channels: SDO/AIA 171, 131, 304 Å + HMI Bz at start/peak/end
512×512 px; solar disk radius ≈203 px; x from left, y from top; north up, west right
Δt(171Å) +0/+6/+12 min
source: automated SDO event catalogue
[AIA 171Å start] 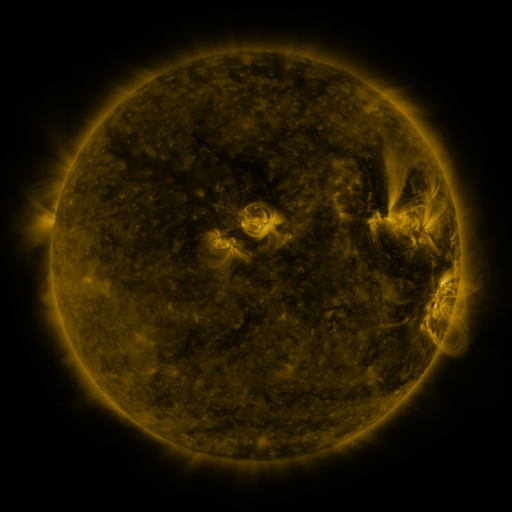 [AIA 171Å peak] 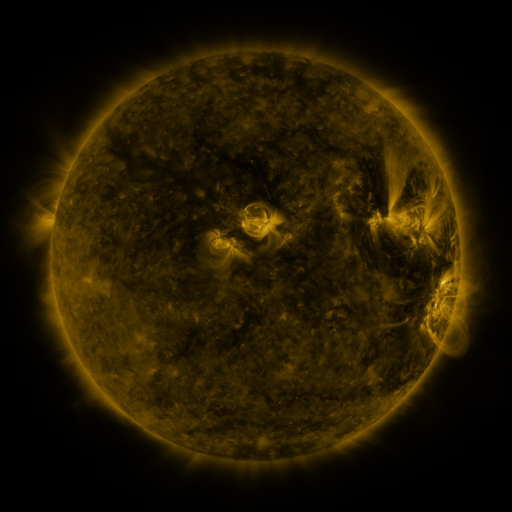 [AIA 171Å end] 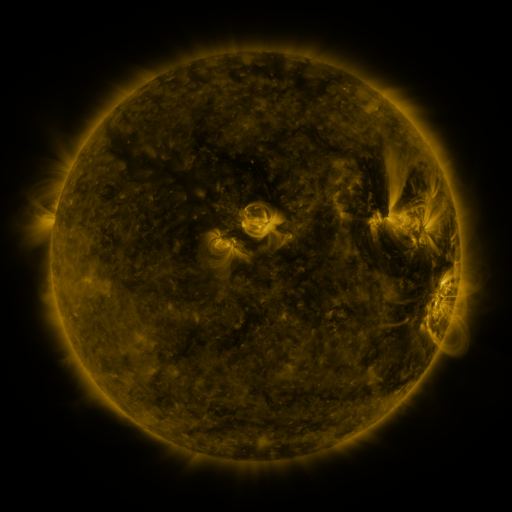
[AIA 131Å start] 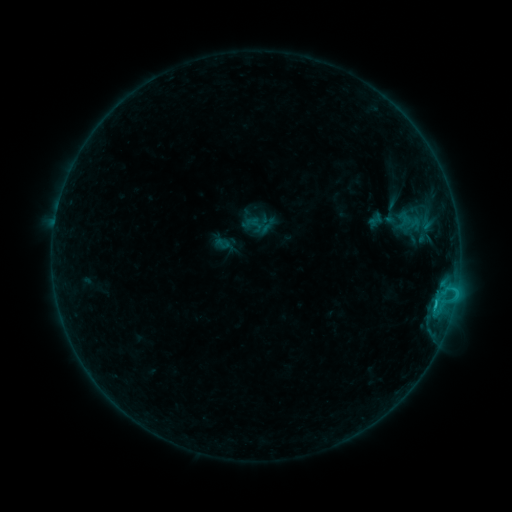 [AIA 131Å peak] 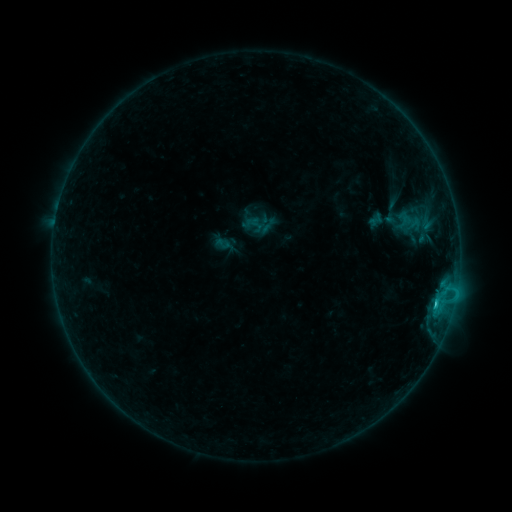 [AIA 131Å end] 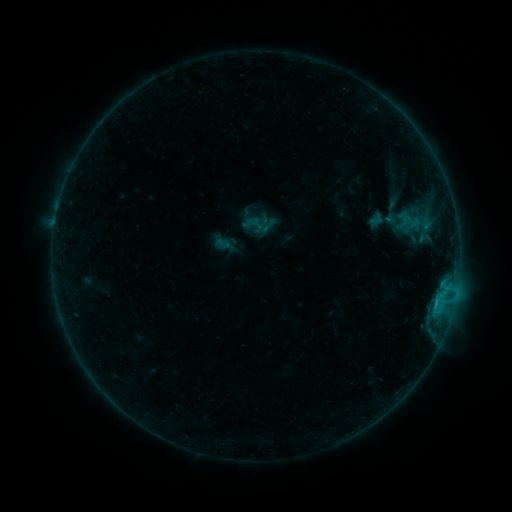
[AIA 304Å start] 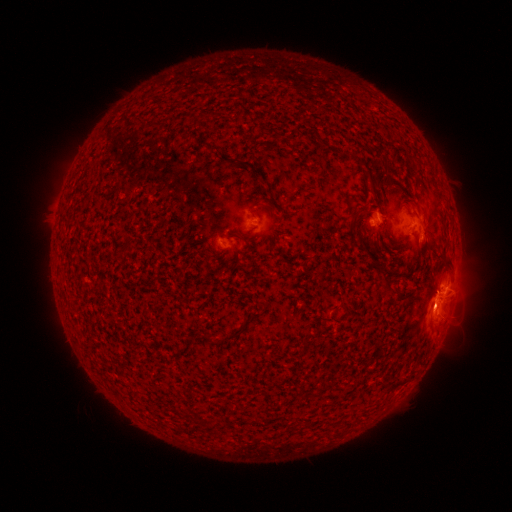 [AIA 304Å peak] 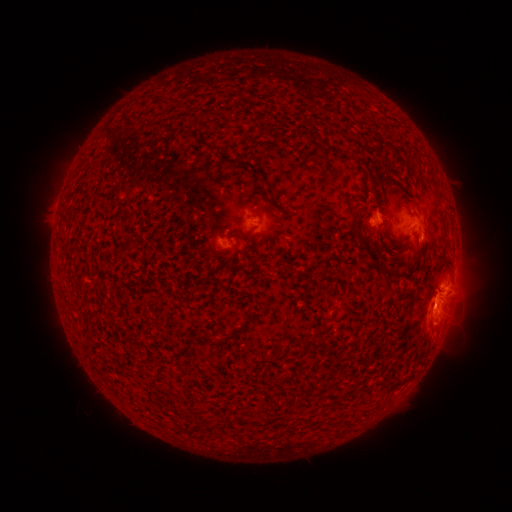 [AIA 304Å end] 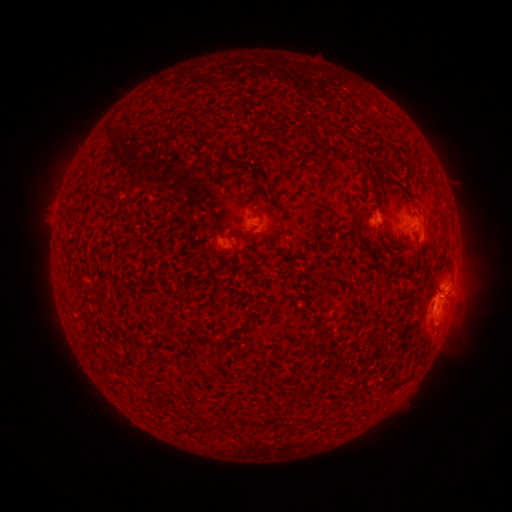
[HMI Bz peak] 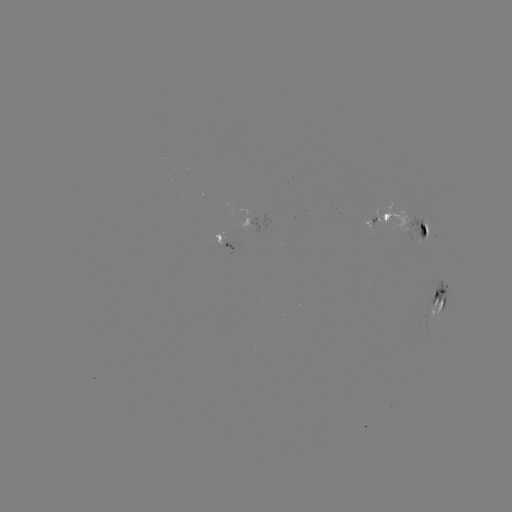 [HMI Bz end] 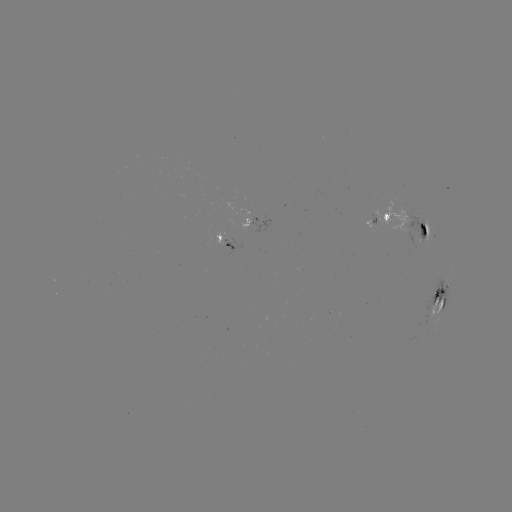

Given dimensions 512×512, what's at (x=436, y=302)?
C1.7 flare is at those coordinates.